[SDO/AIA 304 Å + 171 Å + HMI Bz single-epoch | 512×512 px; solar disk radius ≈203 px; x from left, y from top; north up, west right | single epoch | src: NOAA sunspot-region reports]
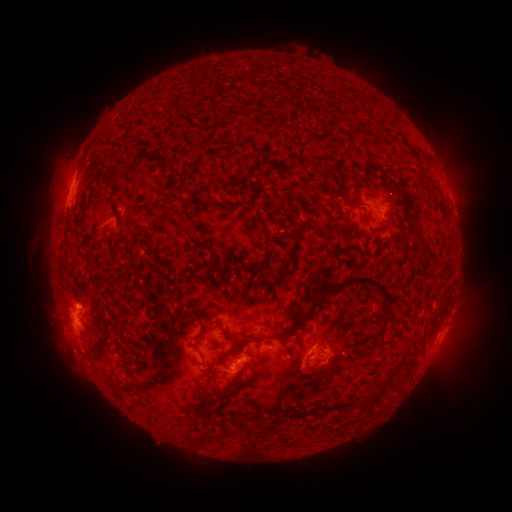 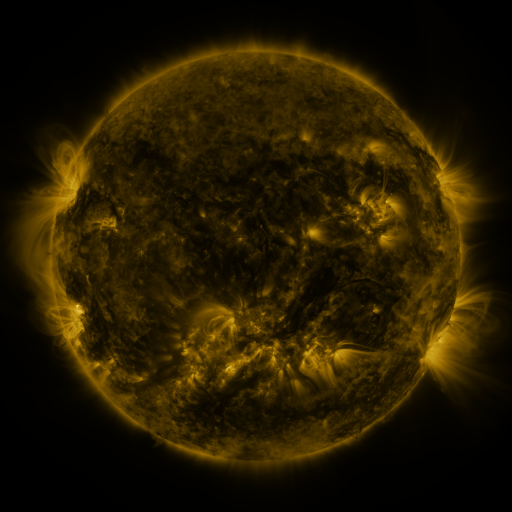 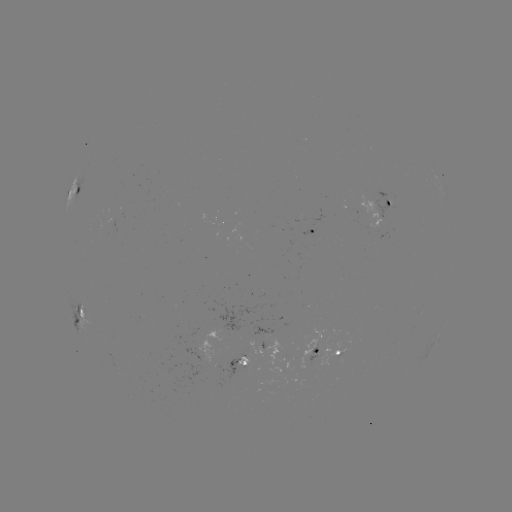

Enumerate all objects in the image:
spotted active region: (77, 190)
spotted active region: (384, 205)
spotted active region: (314, 234)
spotted active region: (451, 310)
spotted active region: (81, 315)
spotted active region: (329, 350)
spotted active region: (243, 364)
